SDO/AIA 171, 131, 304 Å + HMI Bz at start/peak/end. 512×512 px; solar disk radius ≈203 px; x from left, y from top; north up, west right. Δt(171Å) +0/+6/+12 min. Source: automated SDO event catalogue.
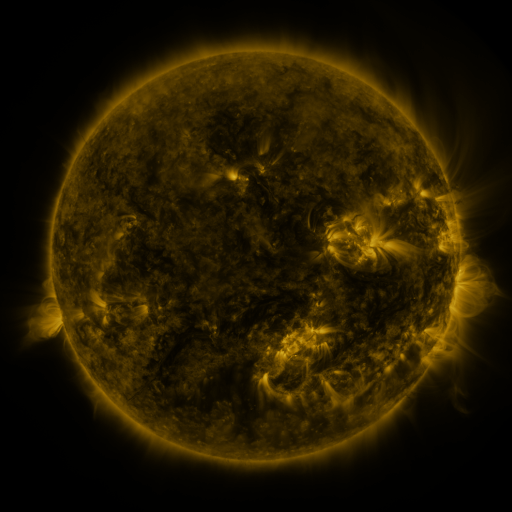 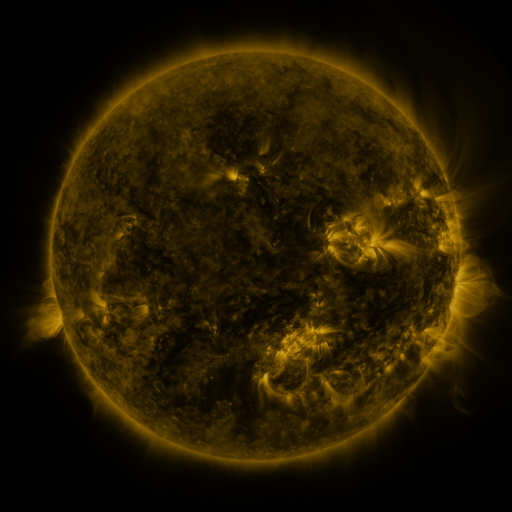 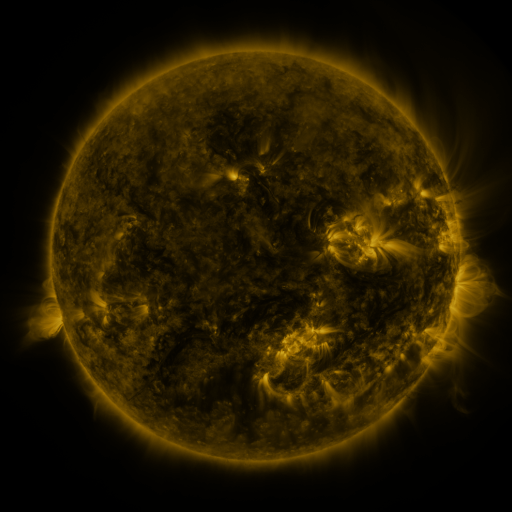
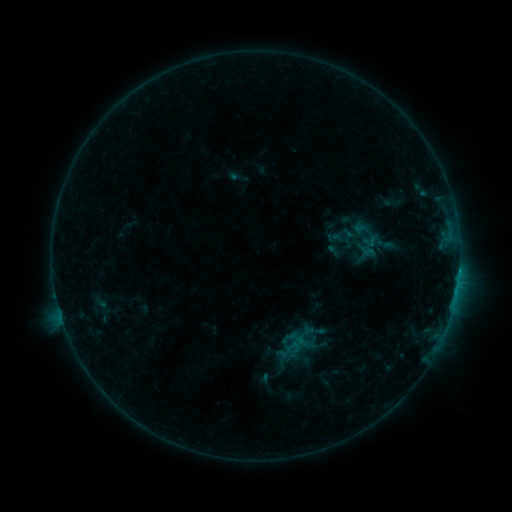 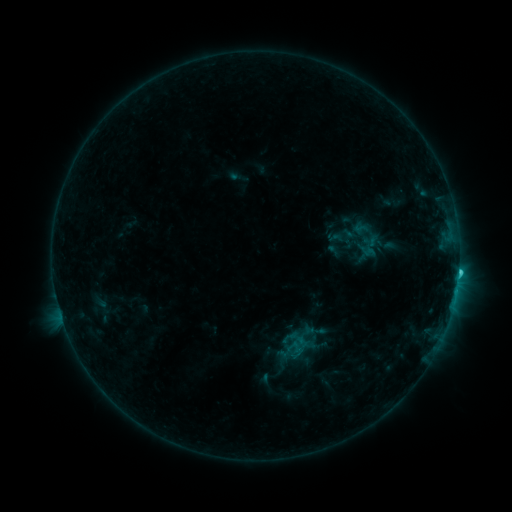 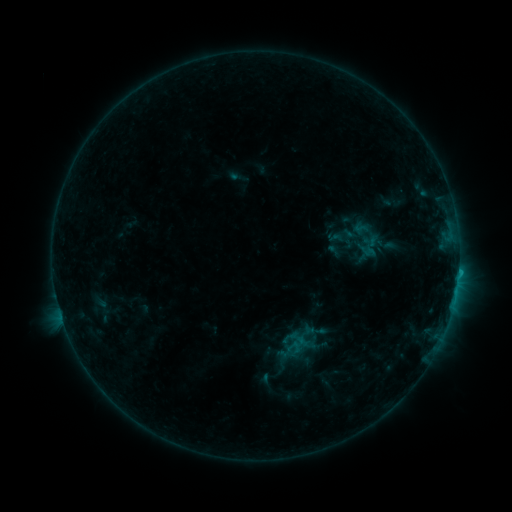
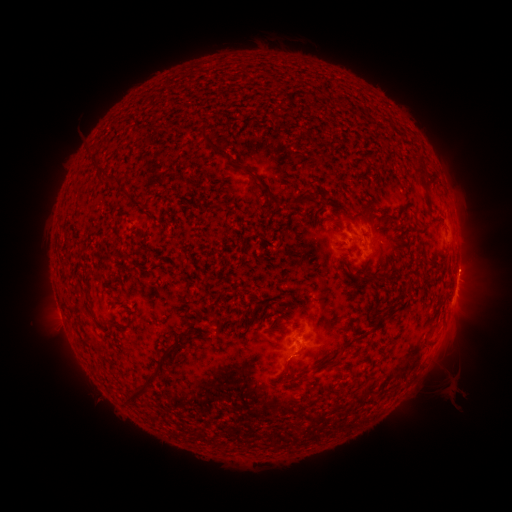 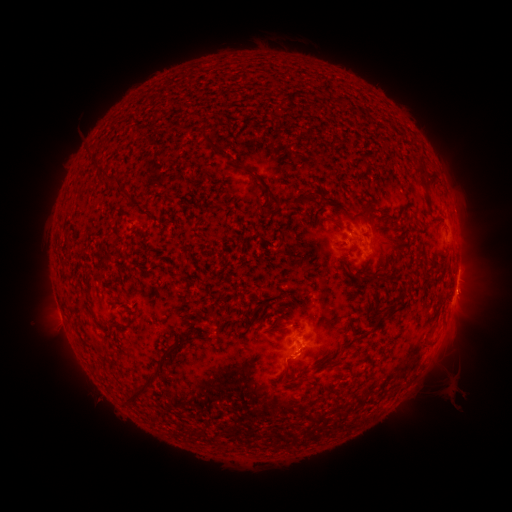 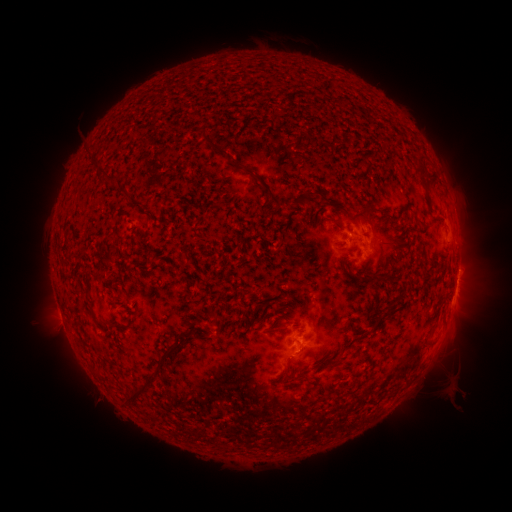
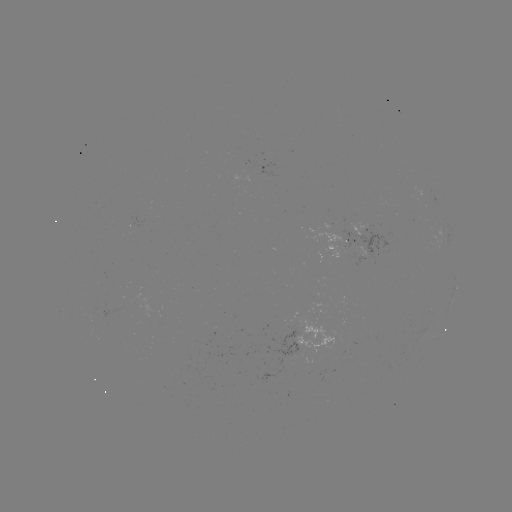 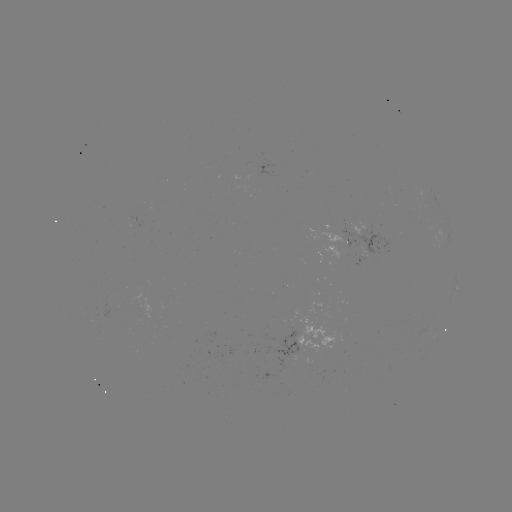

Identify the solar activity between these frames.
C1.2 flare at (458, 270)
